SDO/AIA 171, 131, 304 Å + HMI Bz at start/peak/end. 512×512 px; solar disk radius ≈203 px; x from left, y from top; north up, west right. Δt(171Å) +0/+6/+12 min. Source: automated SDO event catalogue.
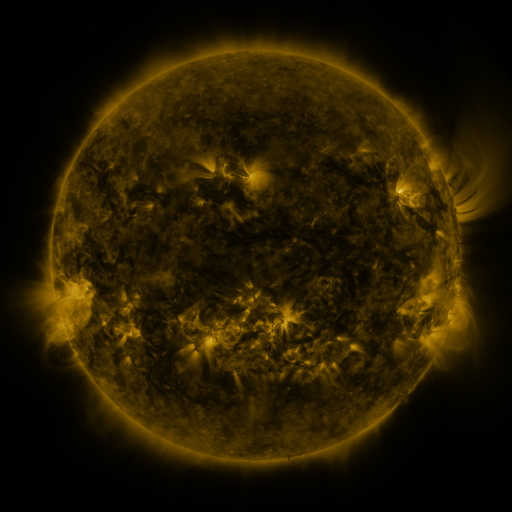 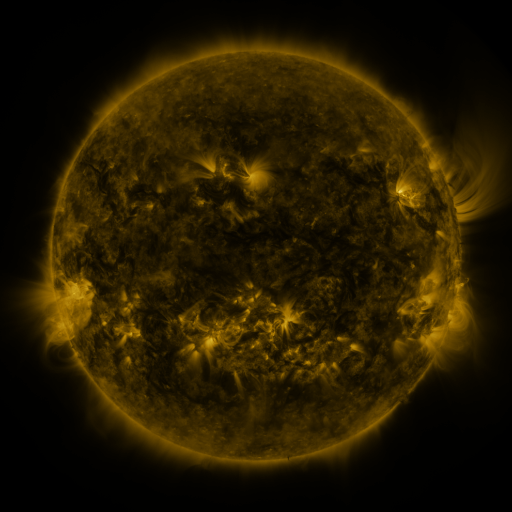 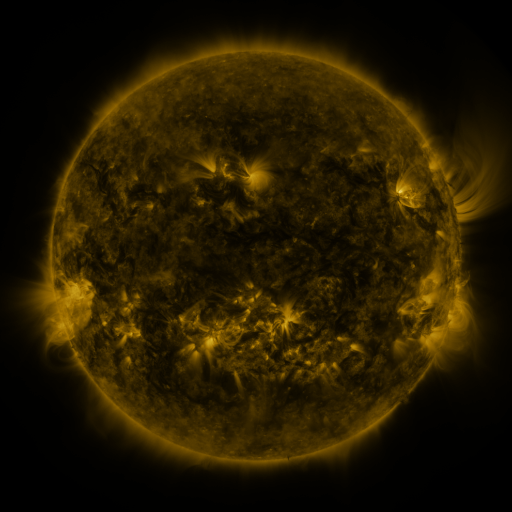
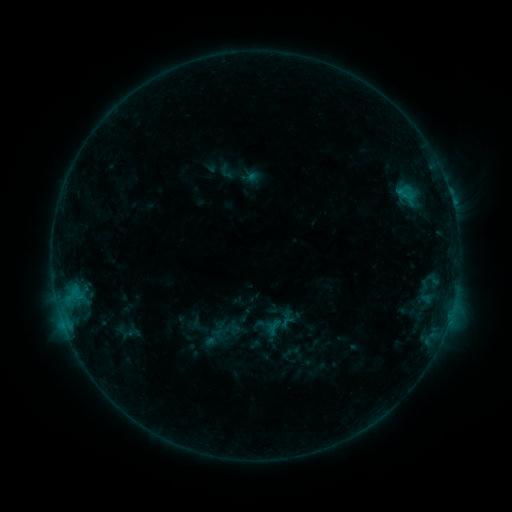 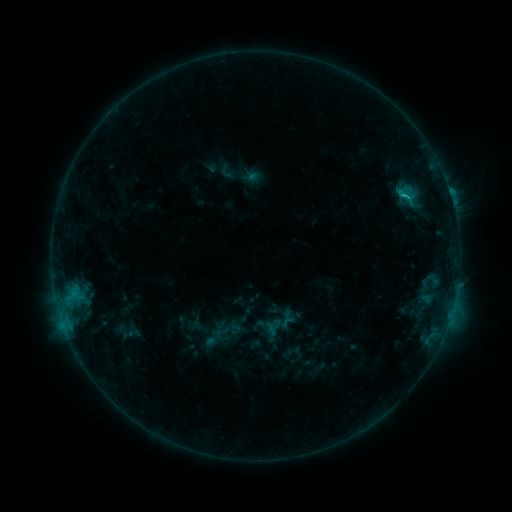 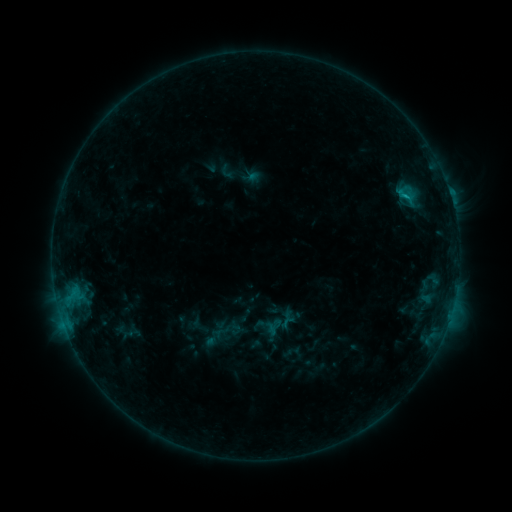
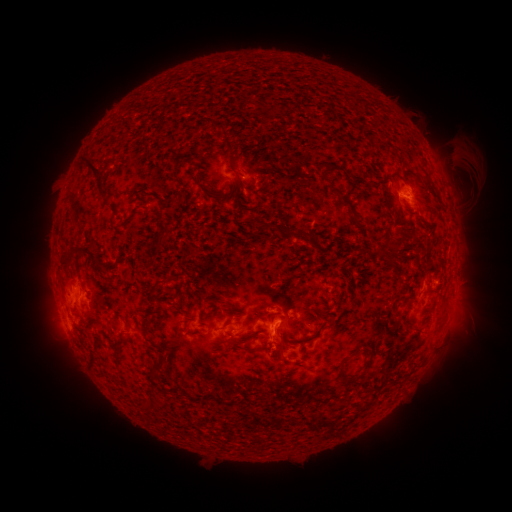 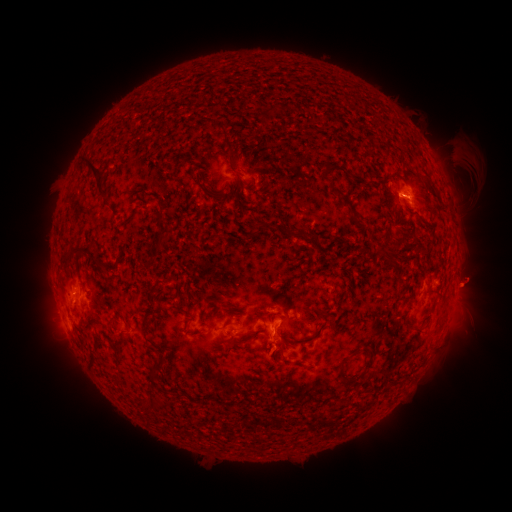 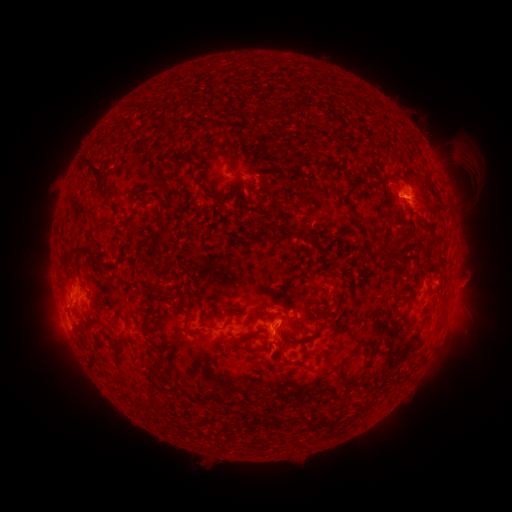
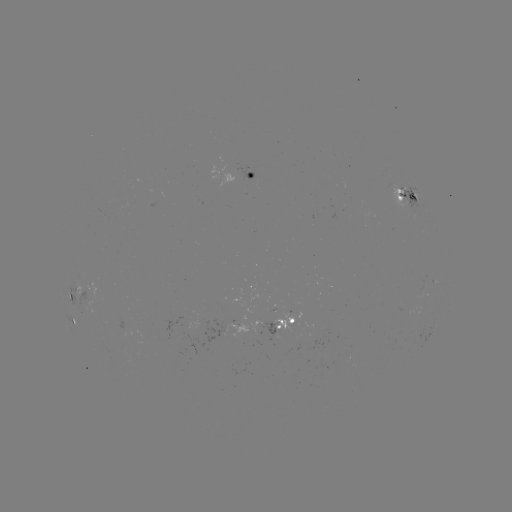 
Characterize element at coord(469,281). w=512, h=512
eruption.